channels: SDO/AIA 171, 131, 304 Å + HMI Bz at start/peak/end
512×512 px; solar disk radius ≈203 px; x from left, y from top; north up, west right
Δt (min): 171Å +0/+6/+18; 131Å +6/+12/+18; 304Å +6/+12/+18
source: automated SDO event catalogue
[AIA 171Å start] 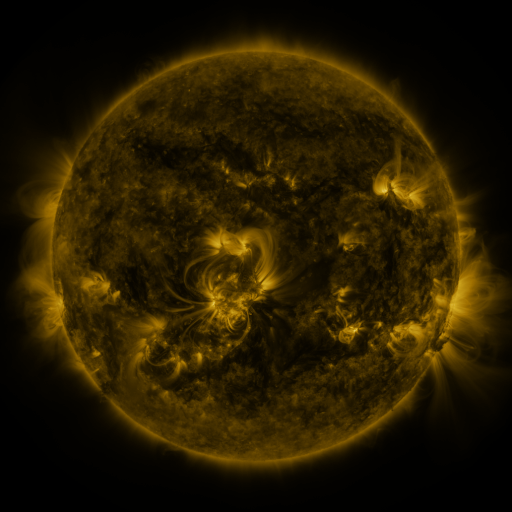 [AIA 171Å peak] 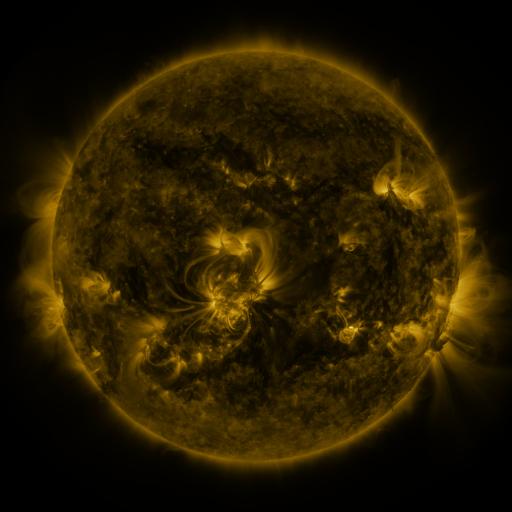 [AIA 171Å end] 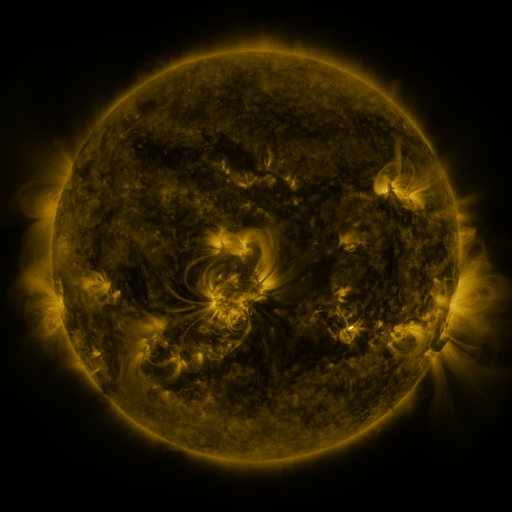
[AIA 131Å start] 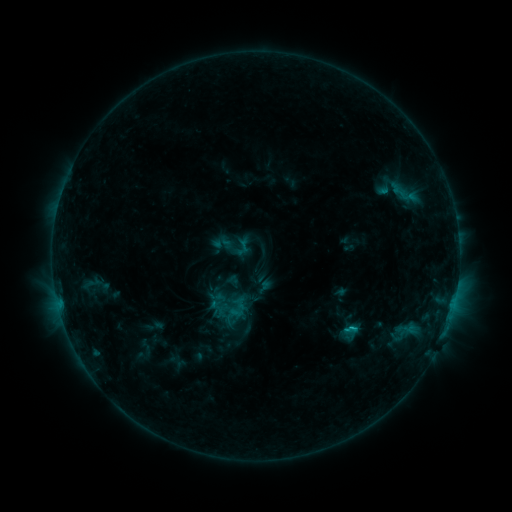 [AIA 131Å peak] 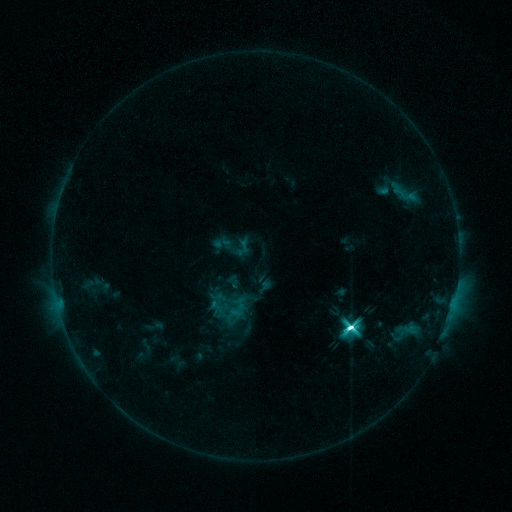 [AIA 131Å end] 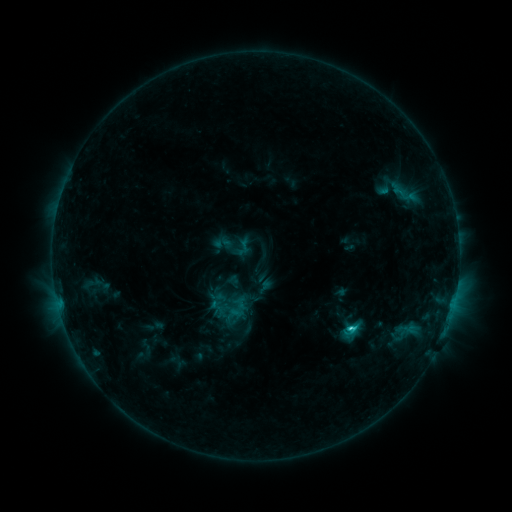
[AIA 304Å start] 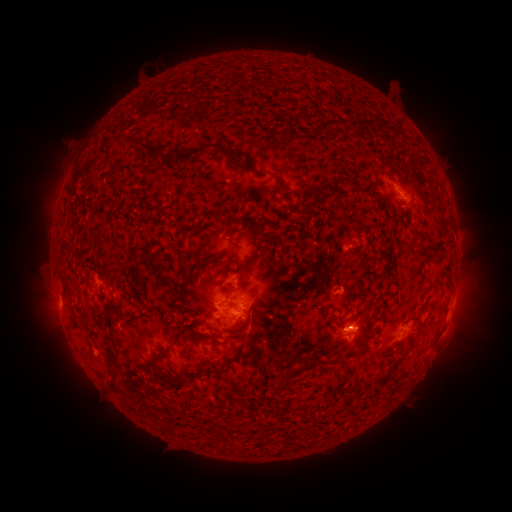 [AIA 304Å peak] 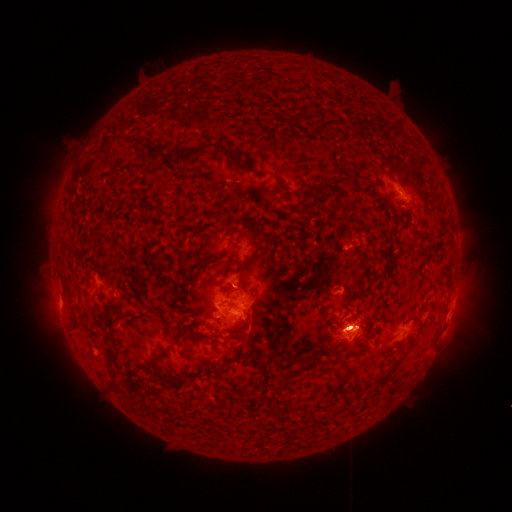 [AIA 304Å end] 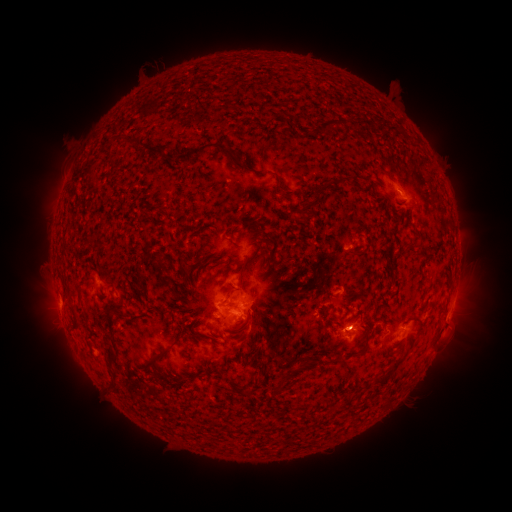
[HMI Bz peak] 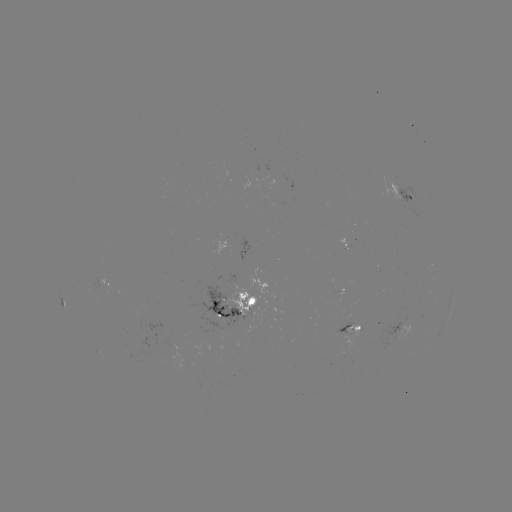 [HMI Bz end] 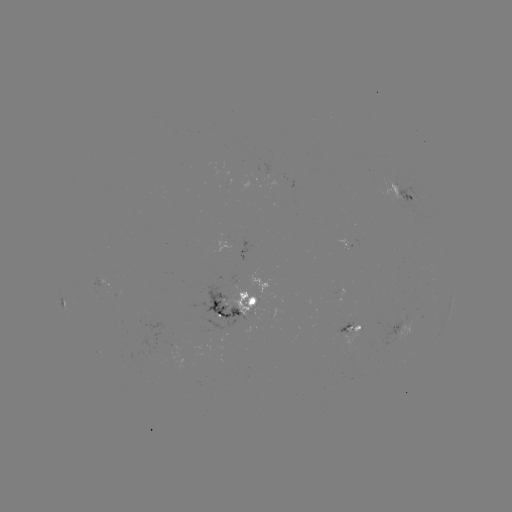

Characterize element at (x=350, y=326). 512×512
M2.3 flare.